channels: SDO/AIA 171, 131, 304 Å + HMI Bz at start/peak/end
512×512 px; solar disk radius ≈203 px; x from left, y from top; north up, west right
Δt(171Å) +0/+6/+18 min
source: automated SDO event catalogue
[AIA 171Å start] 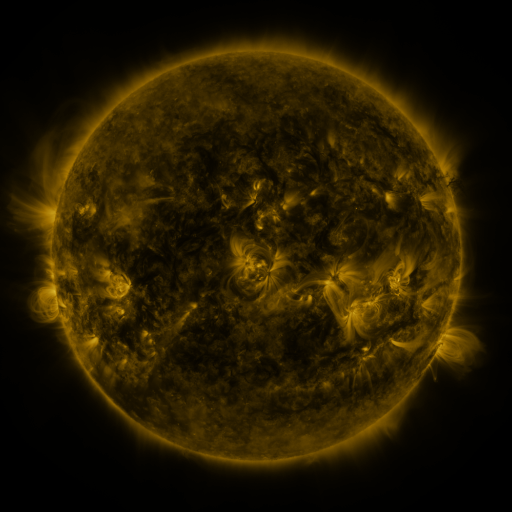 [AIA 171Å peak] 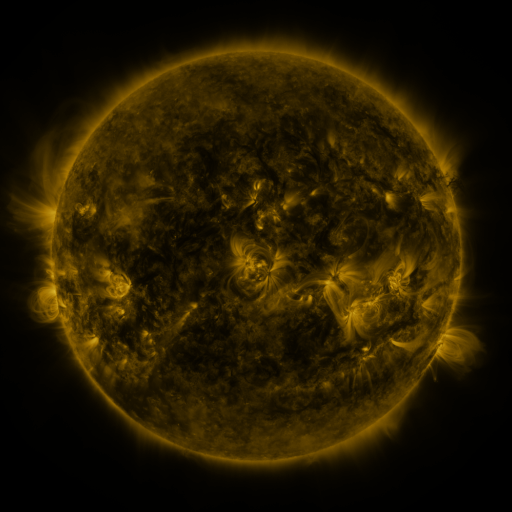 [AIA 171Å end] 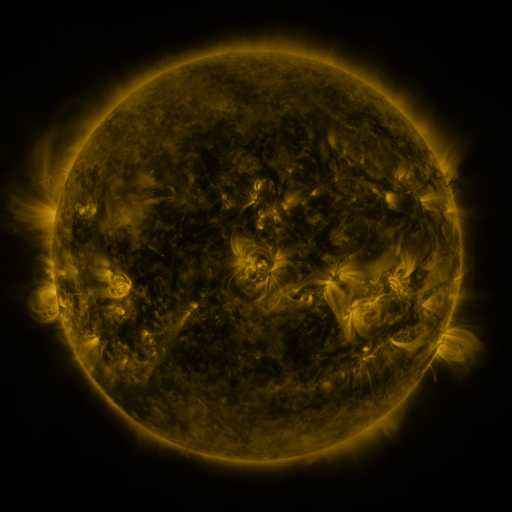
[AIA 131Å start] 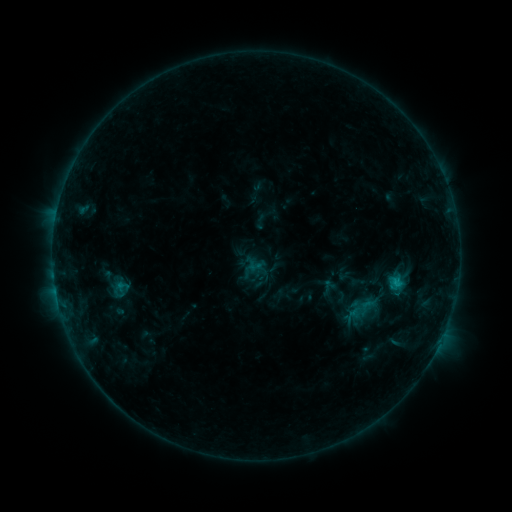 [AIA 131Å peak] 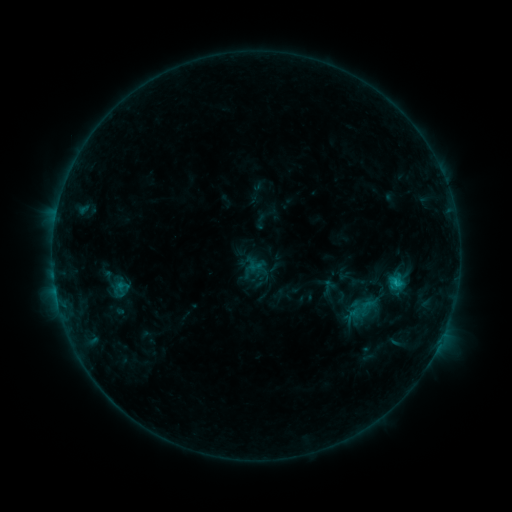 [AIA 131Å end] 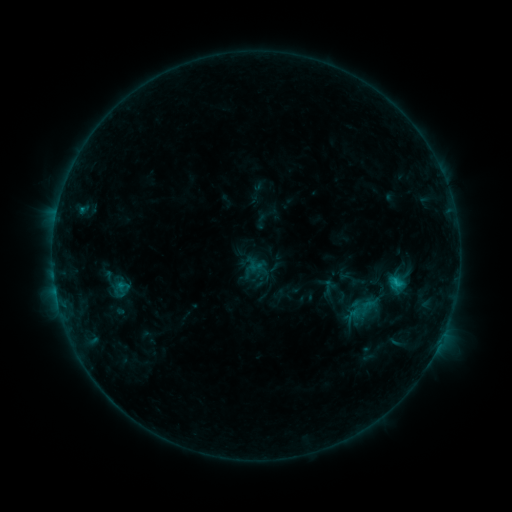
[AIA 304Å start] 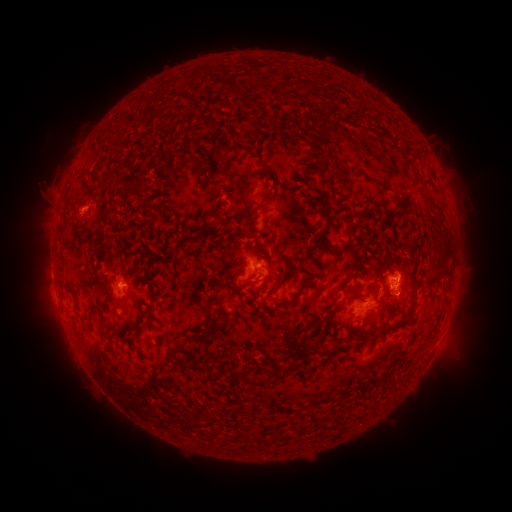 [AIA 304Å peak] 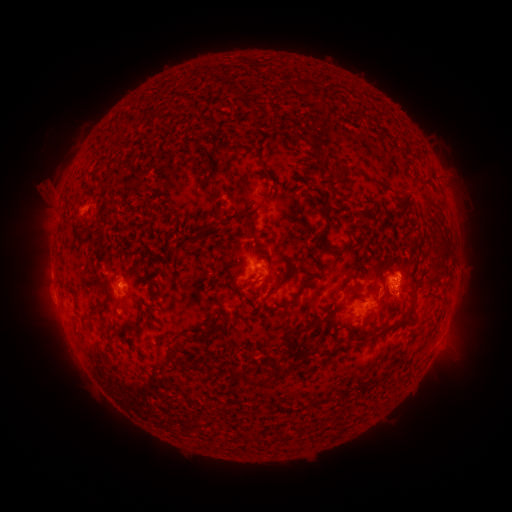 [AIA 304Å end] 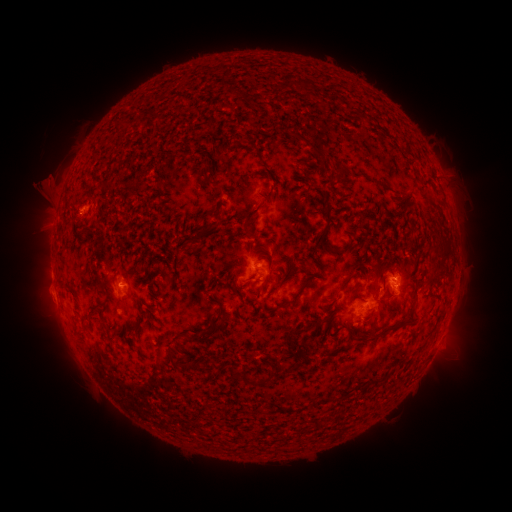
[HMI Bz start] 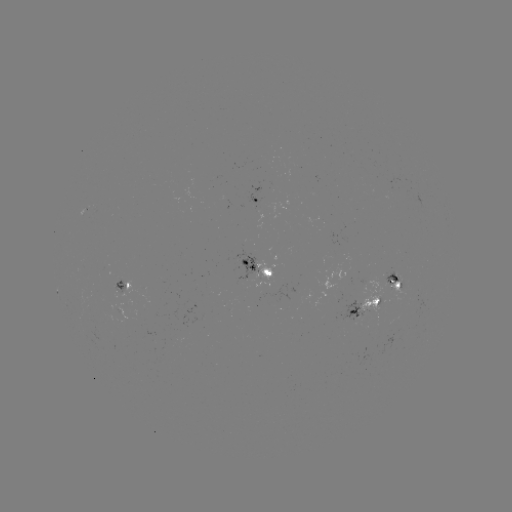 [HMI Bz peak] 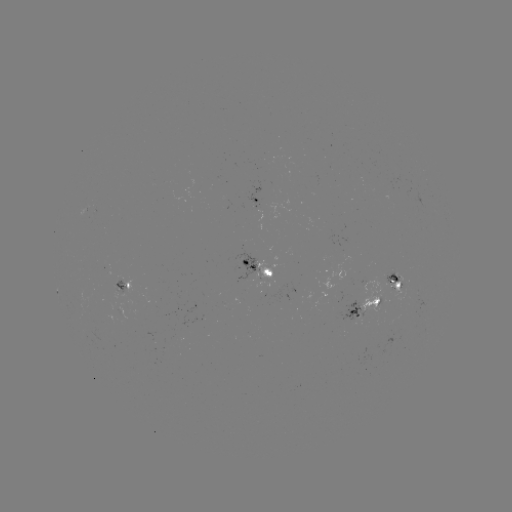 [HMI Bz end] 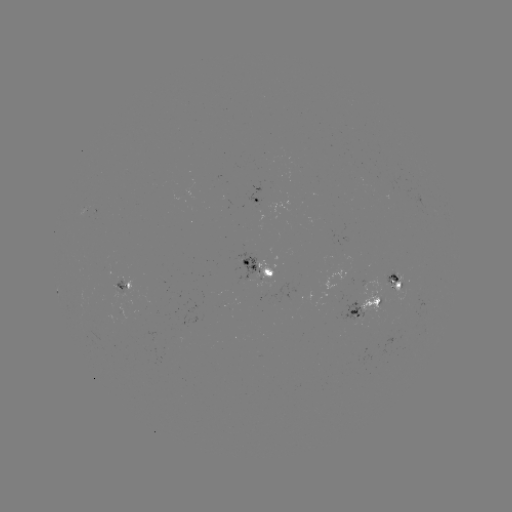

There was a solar eruption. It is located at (46, 192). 